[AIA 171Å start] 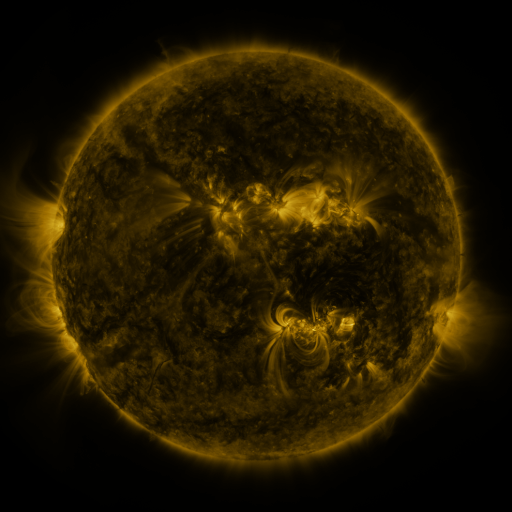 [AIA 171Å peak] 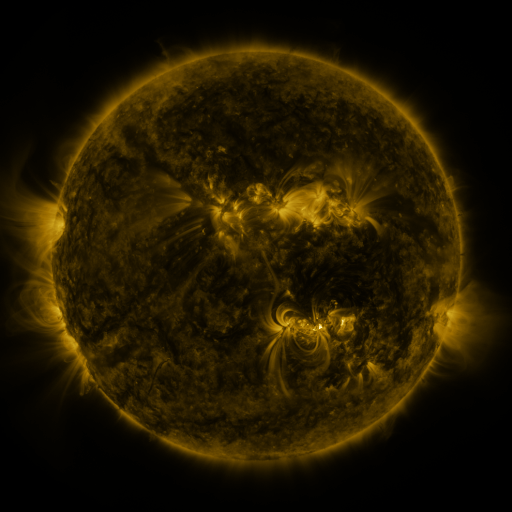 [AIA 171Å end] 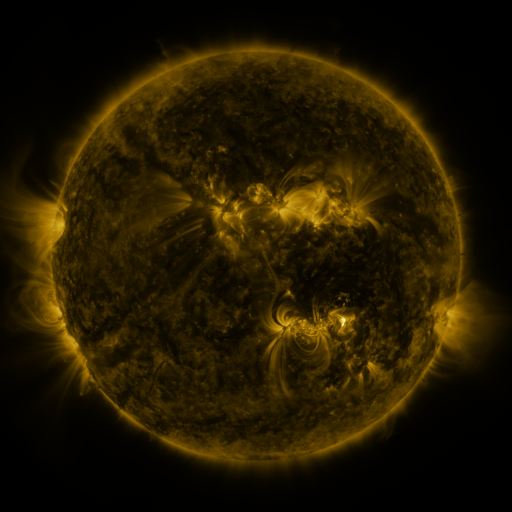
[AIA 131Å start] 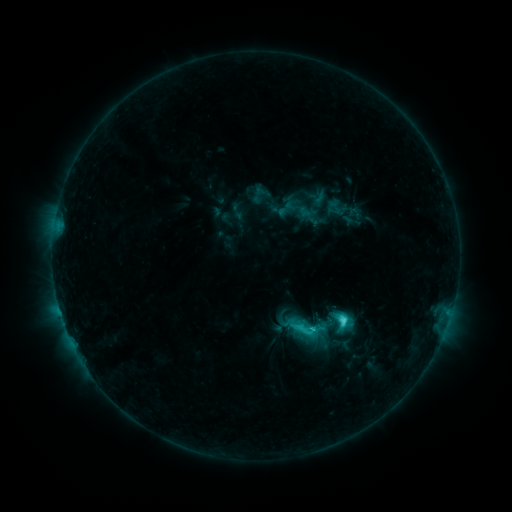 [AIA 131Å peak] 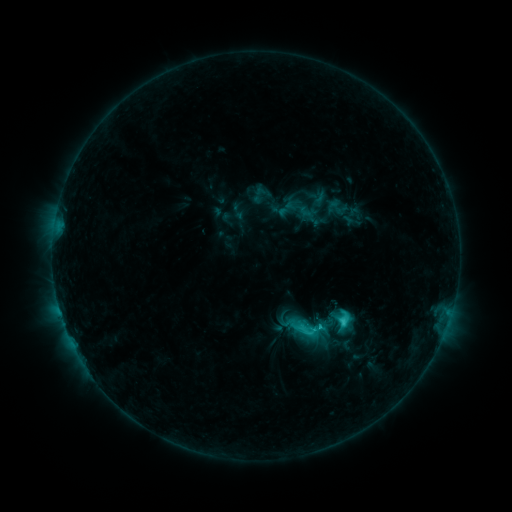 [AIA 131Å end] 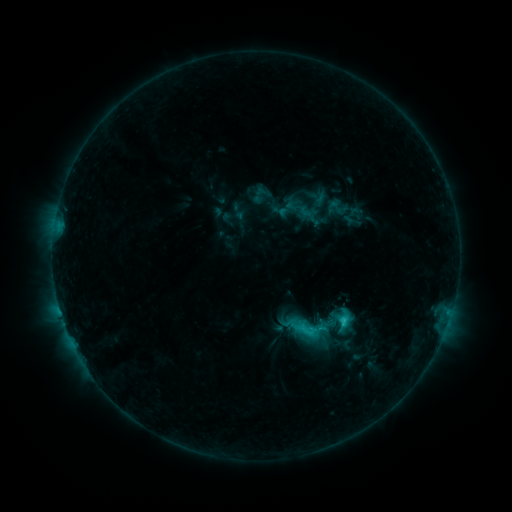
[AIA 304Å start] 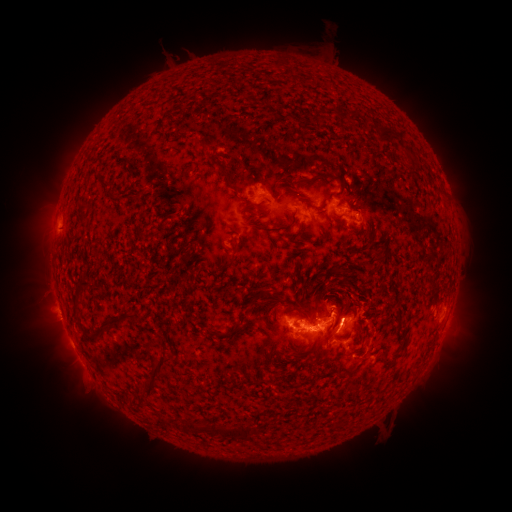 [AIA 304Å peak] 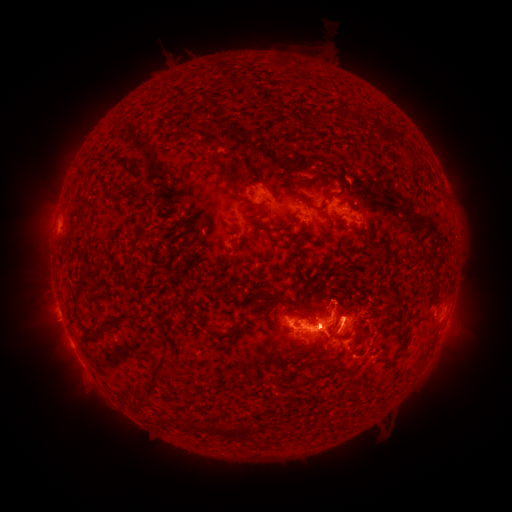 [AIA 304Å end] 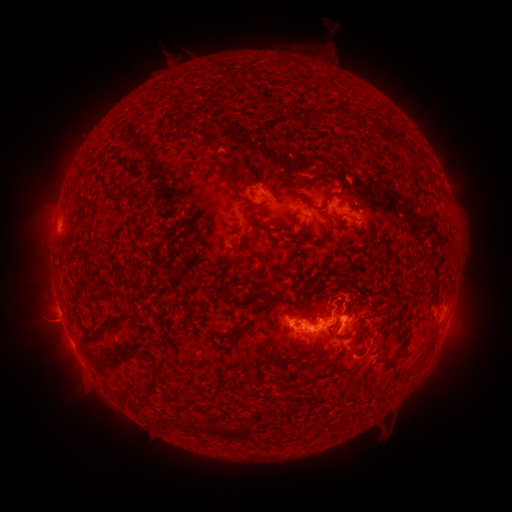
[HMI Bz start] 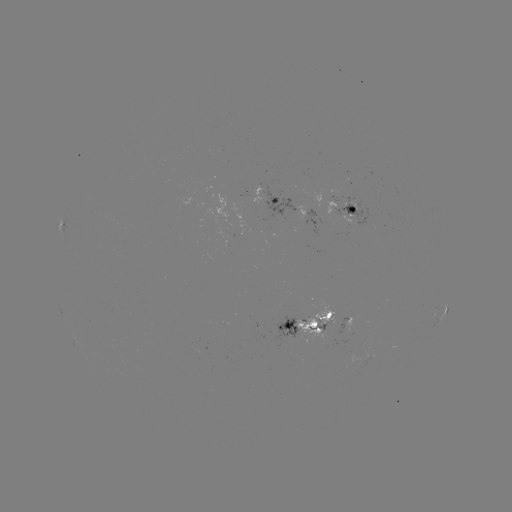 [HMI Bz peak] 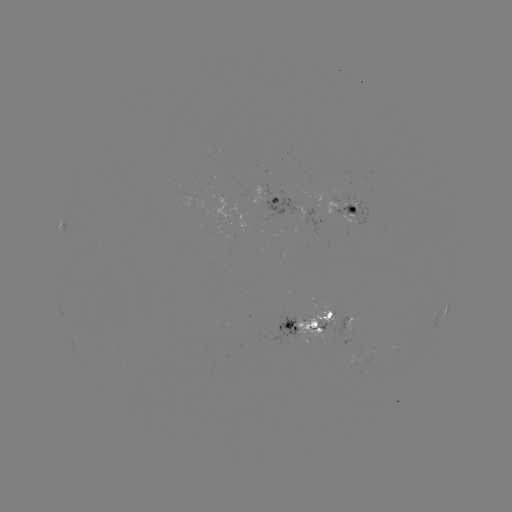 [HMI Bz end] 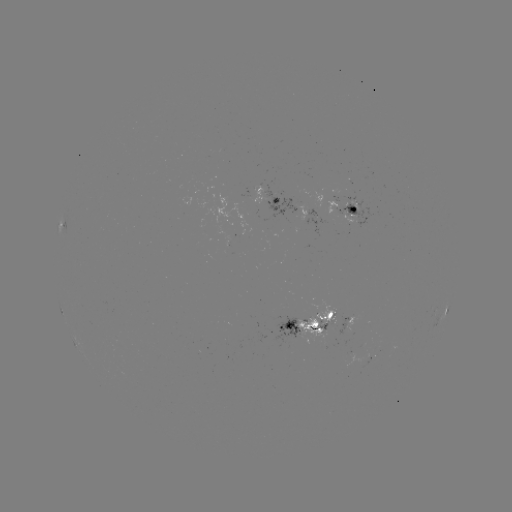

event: eruption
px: (335, 291)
